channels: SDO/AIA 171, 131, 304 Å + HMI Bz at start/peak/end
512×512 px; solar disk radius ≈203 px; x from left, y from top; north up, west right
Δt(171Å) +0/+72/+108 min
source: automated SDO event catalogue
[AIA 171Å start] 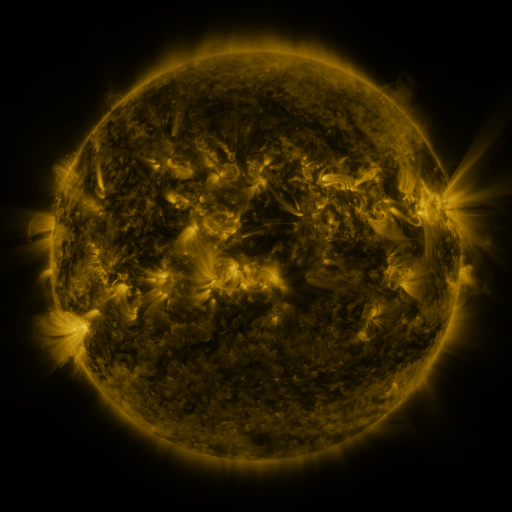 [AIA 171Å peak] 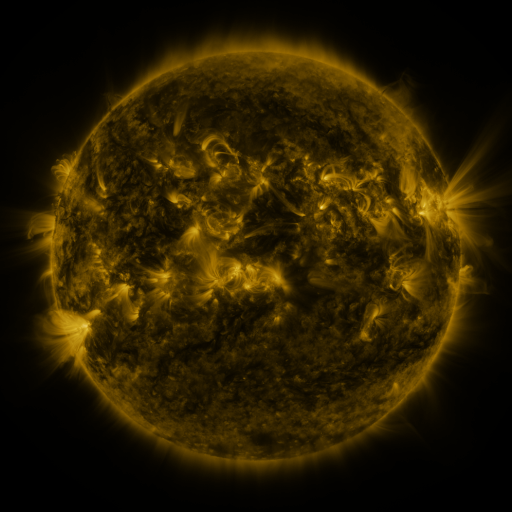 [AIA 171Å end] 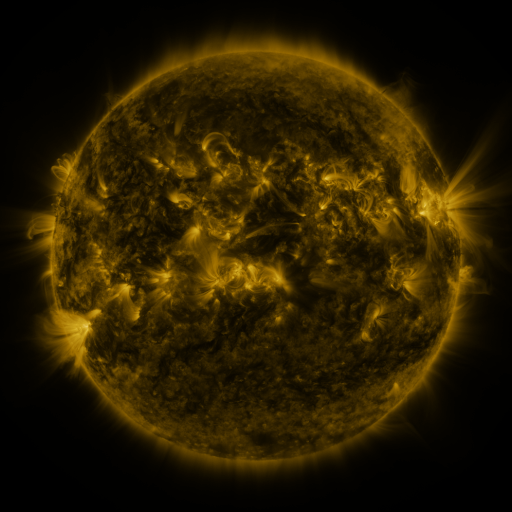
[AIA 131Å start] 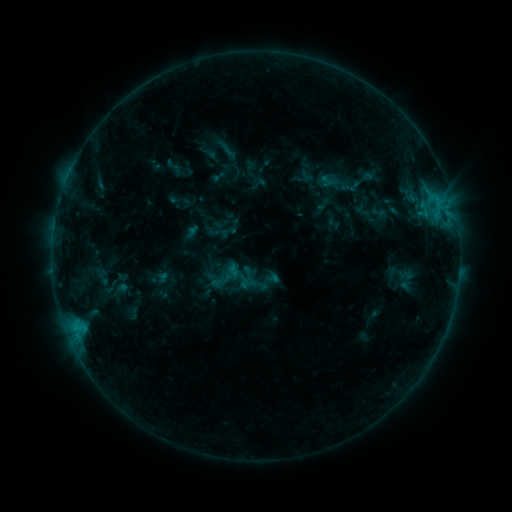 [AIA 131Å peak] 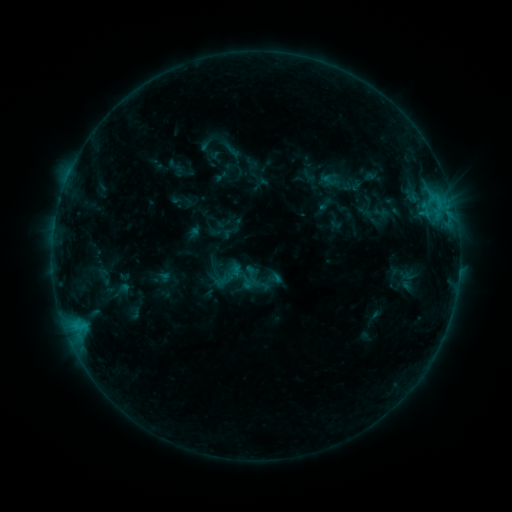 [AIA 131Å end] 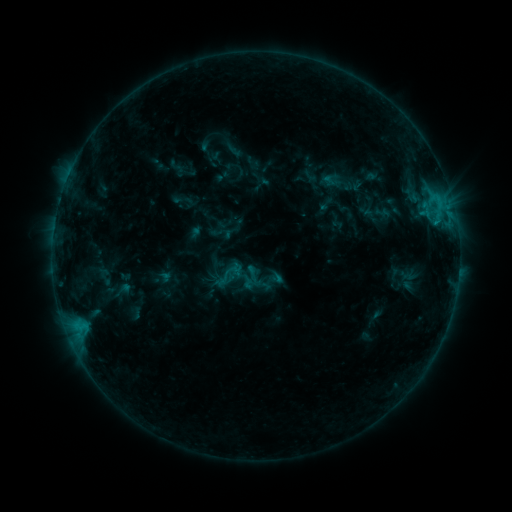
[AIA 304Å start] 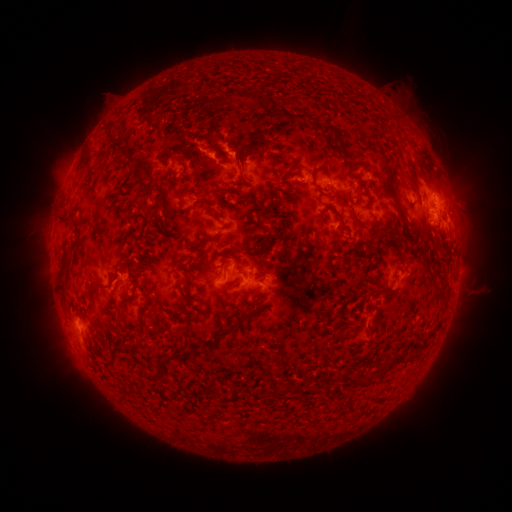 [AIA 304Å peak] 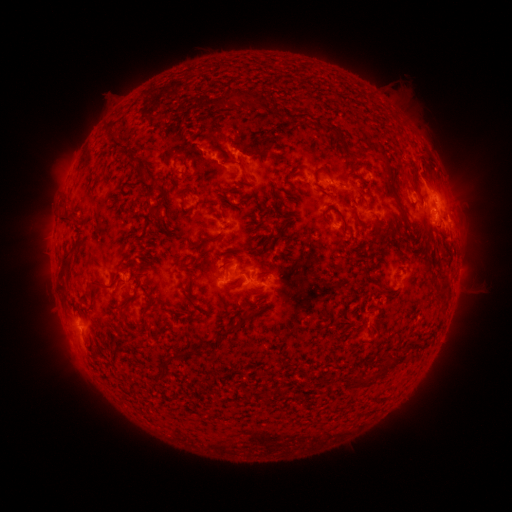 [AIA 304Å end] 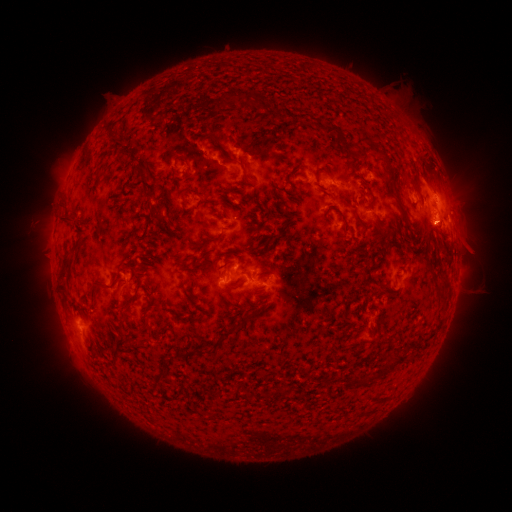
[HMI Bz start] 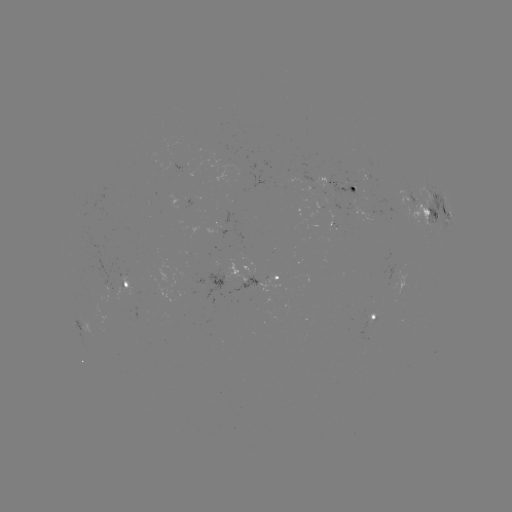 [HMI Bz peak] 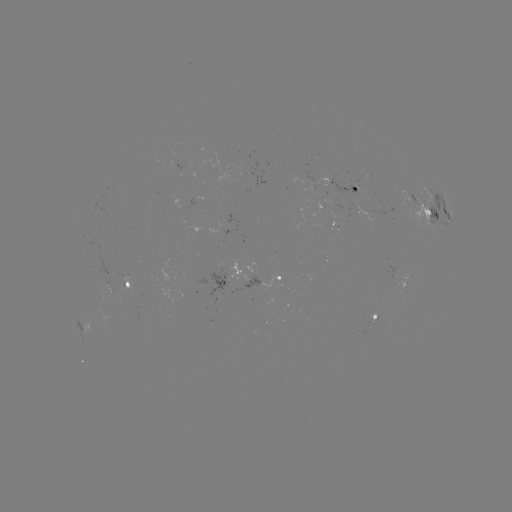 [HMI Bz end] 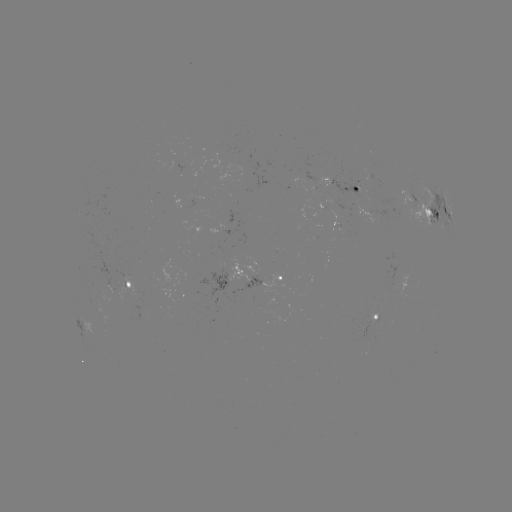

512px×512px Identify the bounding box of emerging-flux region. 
[87, 257, 124, 292].